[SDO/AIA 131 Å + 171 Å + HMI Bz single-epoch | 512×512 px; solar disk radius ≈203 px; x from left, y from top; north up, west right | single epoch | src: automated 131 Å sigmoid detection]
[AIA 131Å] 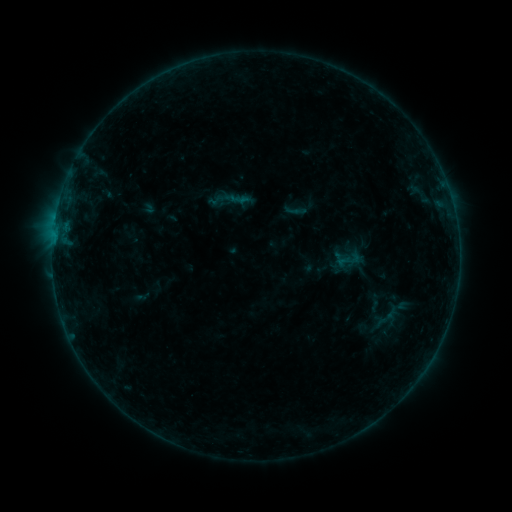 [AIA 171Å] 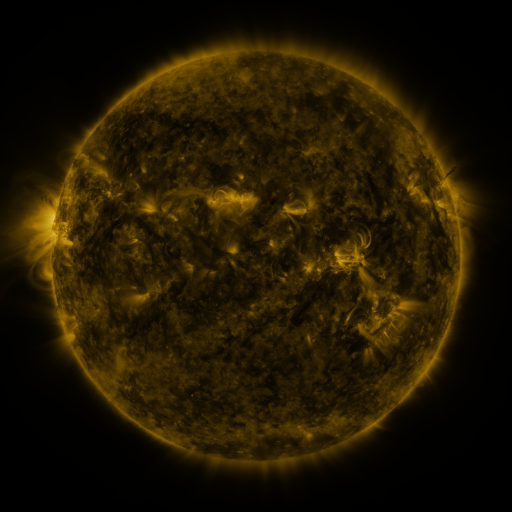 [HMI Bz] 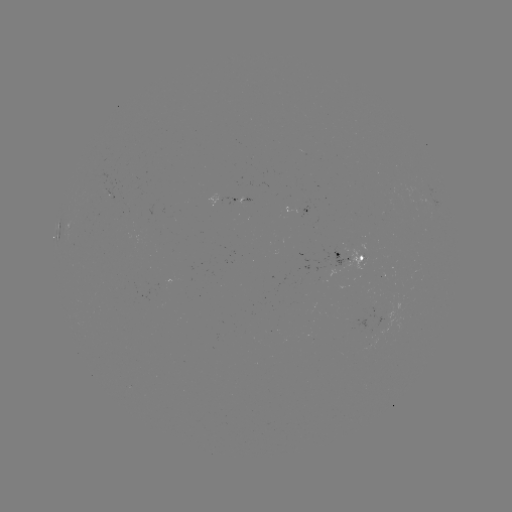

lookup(sigmoid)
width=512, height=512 295,210